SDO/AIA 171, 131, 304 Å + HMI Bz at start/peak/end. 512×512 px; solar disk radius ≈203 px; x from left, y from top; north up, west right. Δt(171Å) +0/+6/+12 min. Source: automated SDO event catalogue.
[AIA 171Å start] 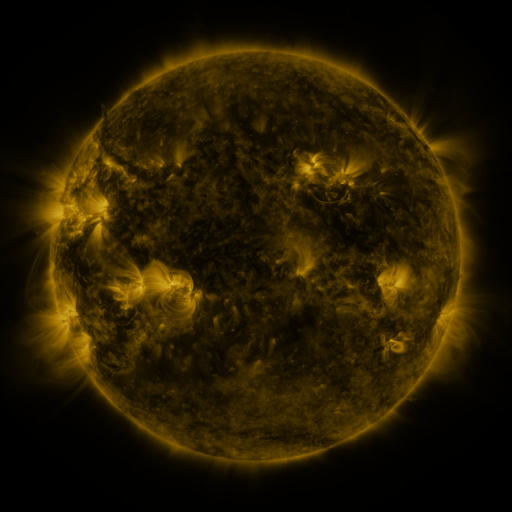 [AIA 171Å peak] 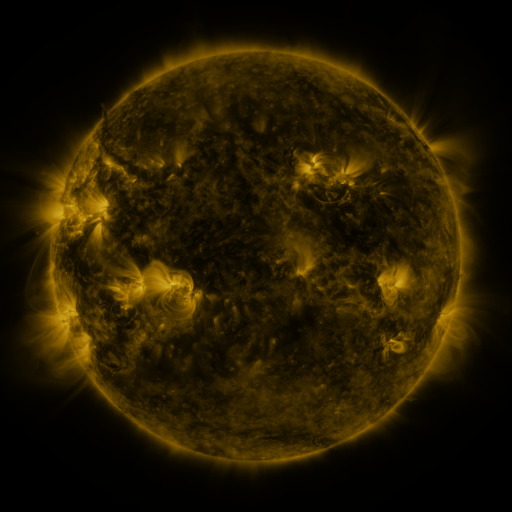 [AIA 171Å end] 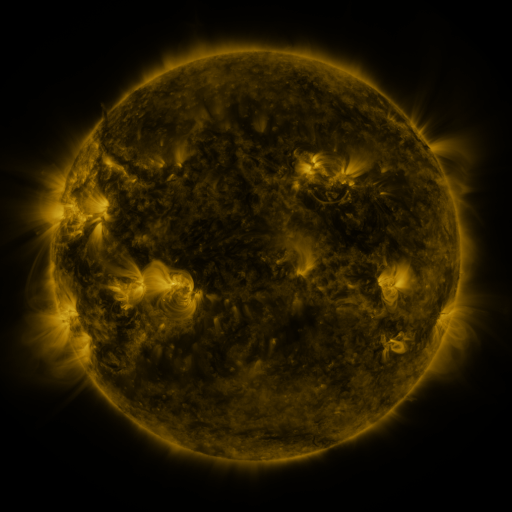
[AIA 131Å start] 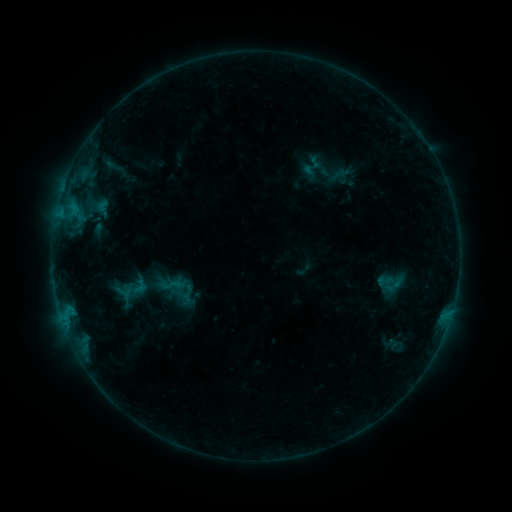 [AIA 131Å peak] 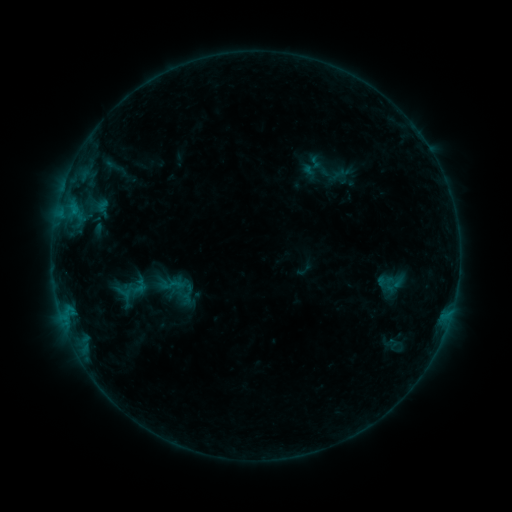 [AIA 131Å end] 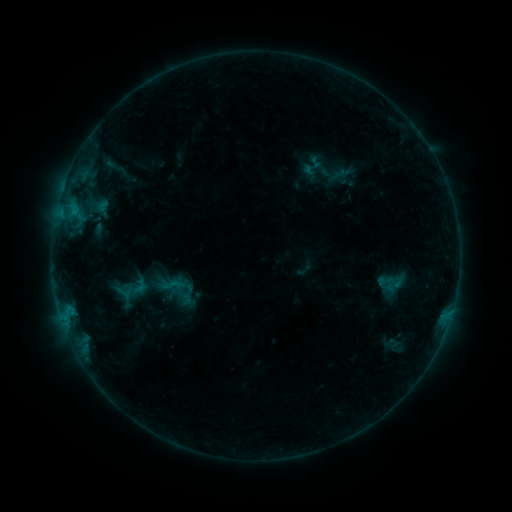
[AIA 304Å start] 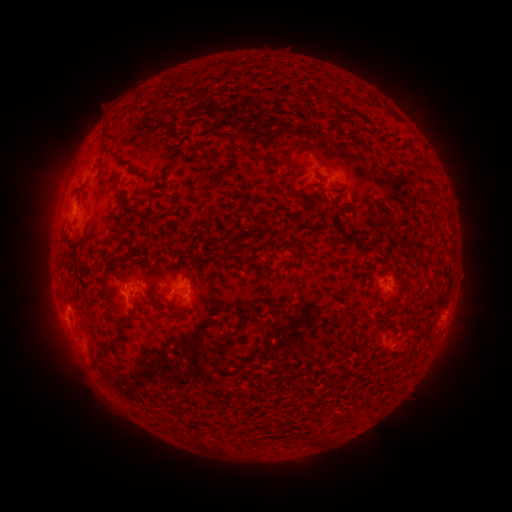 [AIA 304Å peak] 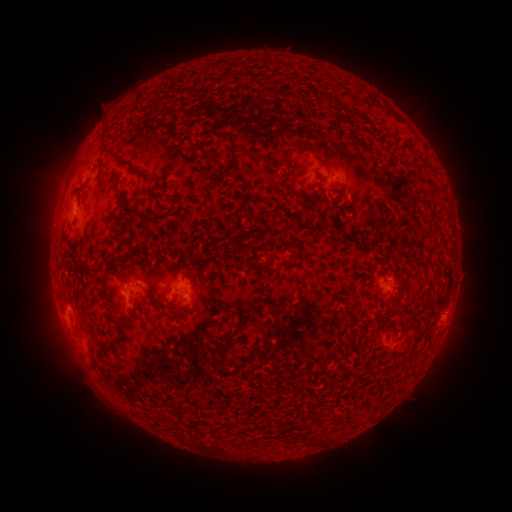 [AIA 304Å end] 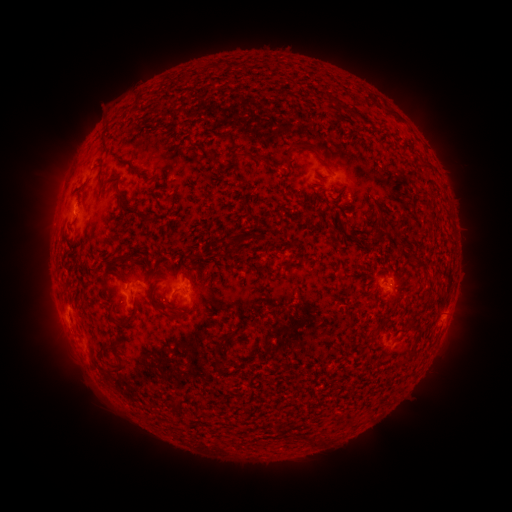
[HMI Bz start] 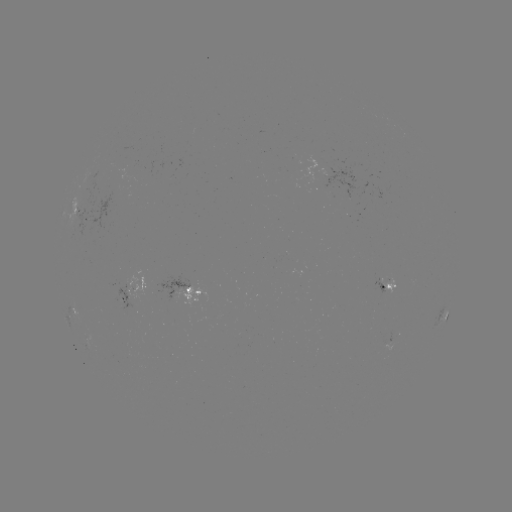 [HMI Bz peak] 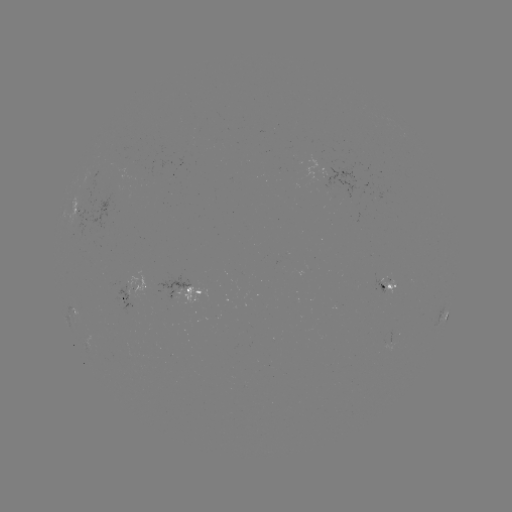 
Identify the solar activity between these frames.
B3.3 flare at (75, 213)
